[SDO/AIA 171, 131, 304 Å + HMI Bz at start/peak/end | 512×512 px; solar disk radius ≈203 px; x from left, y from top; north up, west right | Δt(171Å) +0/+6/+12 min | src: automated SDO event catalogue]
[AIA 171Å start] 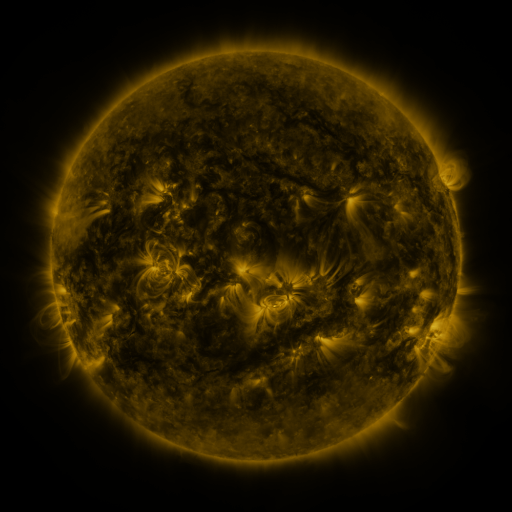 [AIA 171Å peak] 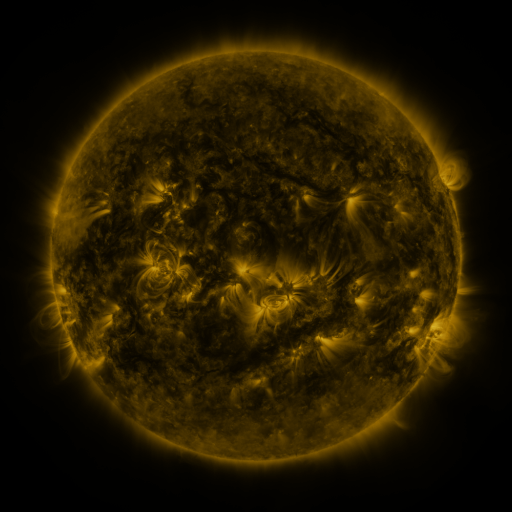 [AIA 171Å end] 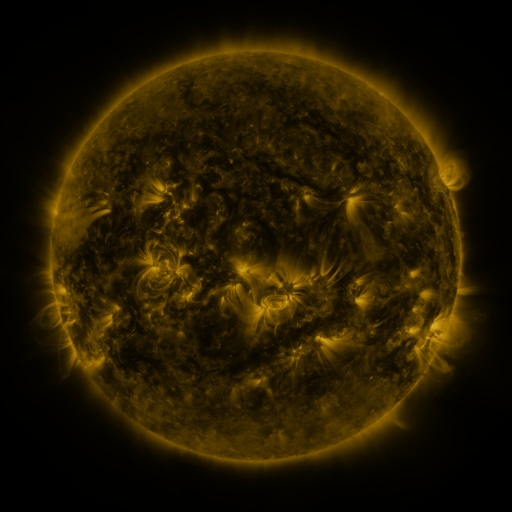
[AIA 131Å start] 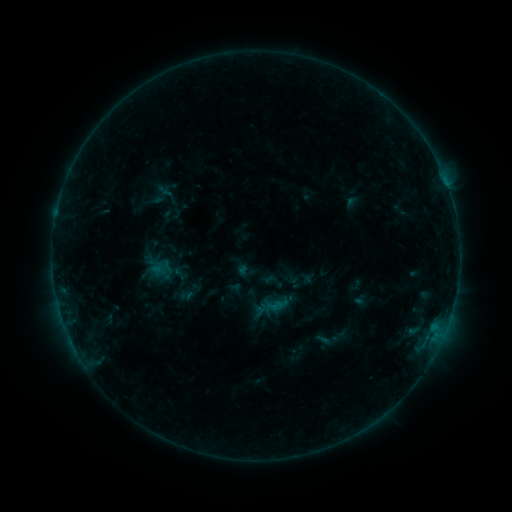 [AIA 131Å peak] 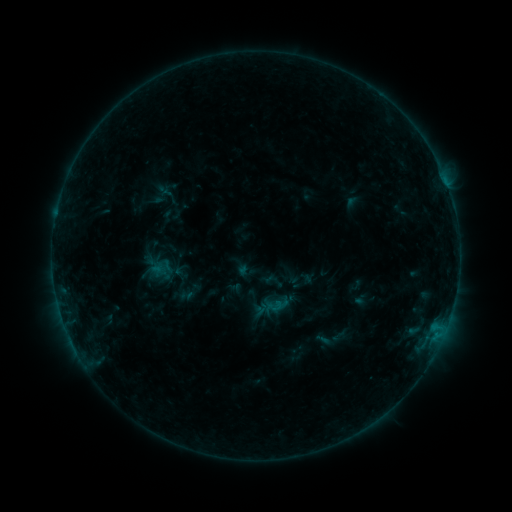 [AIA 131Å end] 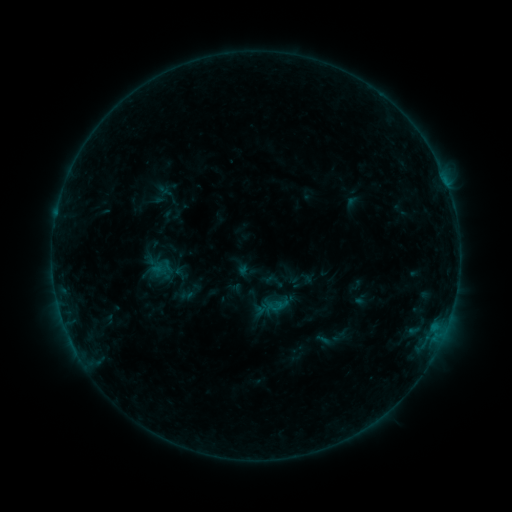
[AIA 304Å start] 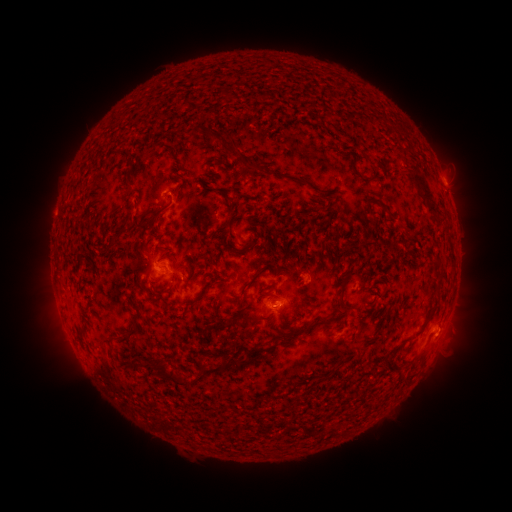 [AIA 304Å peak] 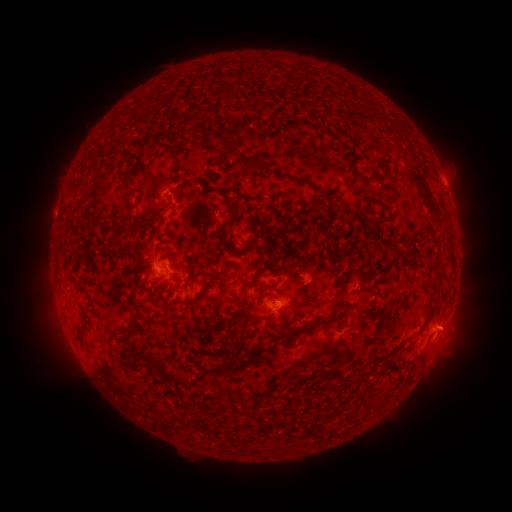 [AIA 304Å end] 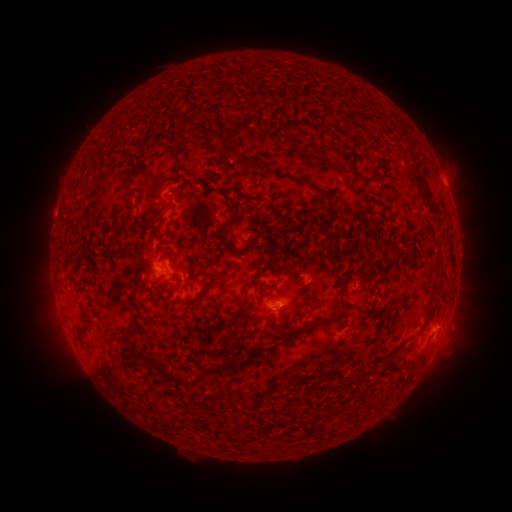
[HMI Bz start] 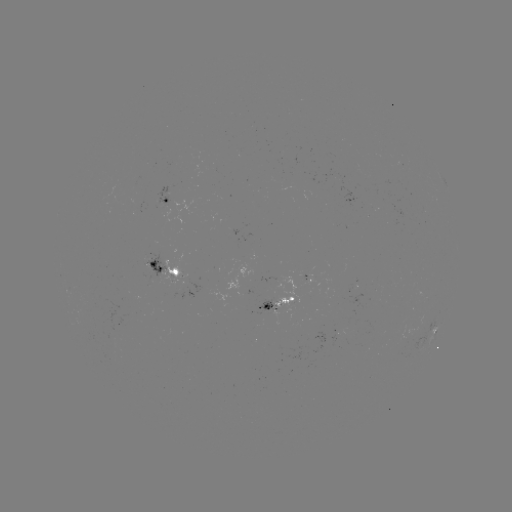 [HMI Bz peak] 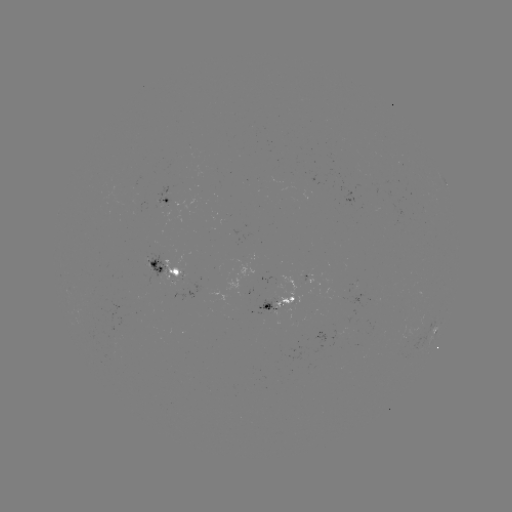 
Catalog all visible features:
eruption: (454, 326)
